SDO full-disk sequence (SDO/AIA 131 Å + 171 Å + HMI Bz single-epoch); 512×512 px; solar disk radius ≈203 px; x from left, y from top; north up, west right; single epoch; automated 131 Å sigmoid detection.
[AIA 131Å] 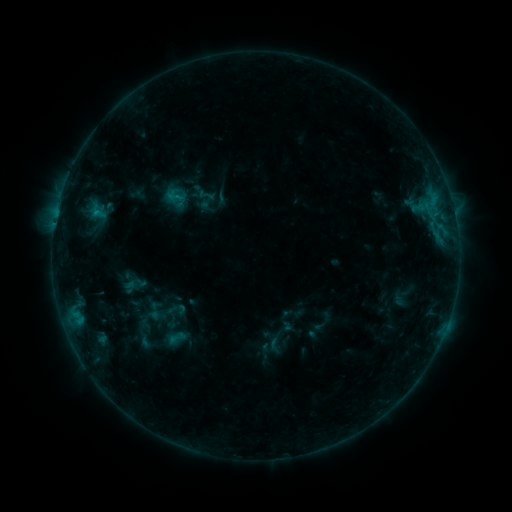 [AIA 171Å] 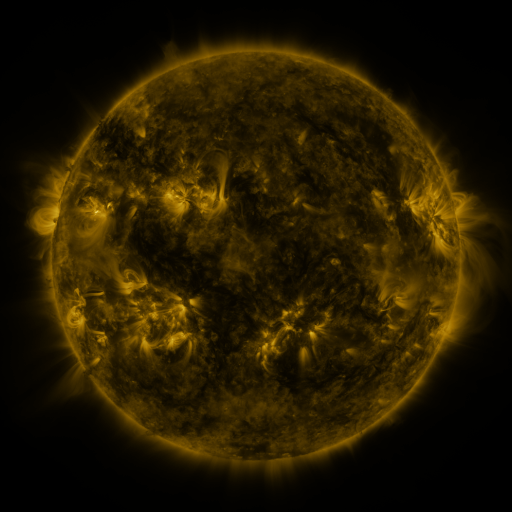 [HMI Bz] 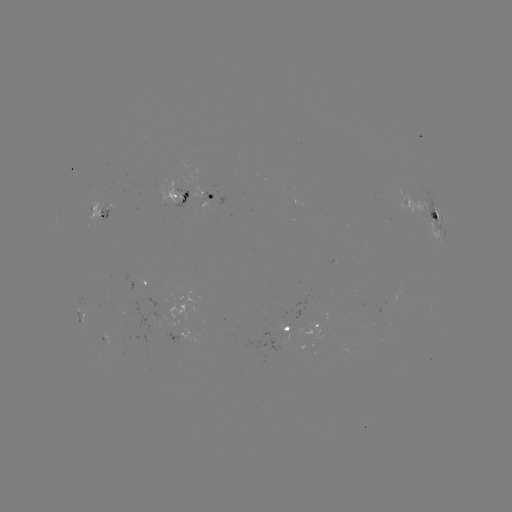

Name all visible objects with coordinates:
sigmoid: (206, 195)
sigmoid: (176, 196)
sigmoid: (154, 311)
